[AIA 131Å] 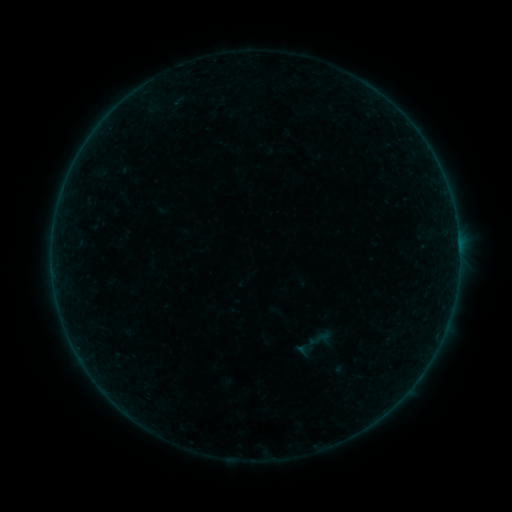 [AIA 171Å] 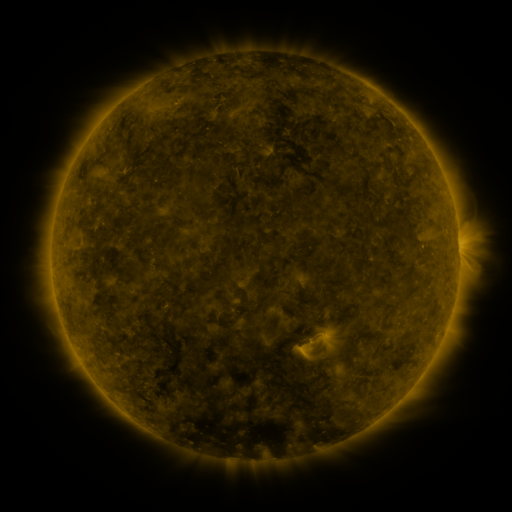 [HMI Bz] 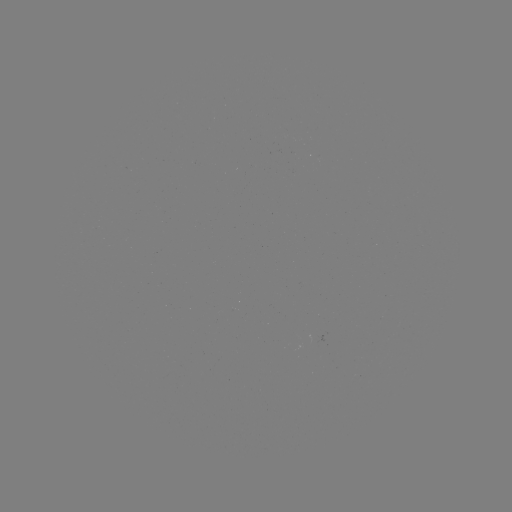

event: sigmoid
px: (316, 339)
